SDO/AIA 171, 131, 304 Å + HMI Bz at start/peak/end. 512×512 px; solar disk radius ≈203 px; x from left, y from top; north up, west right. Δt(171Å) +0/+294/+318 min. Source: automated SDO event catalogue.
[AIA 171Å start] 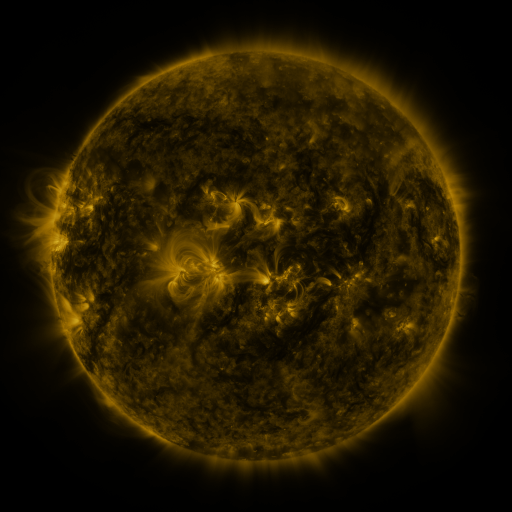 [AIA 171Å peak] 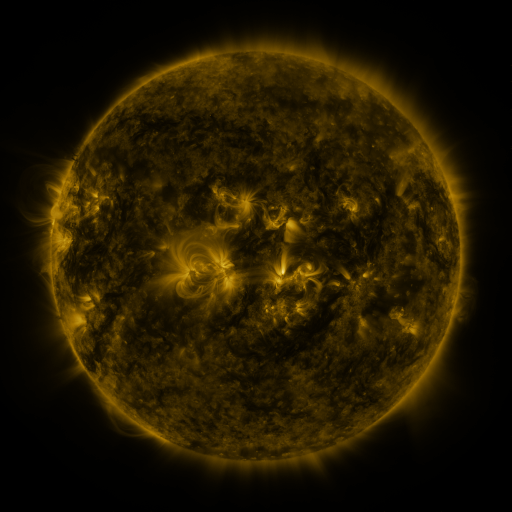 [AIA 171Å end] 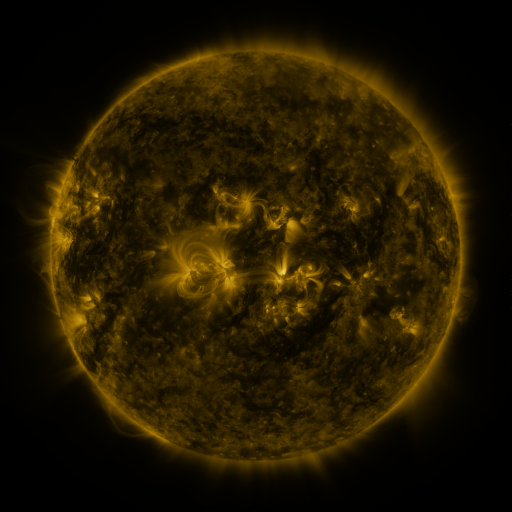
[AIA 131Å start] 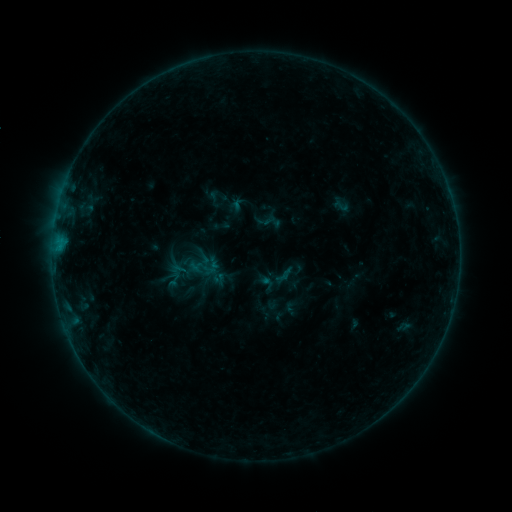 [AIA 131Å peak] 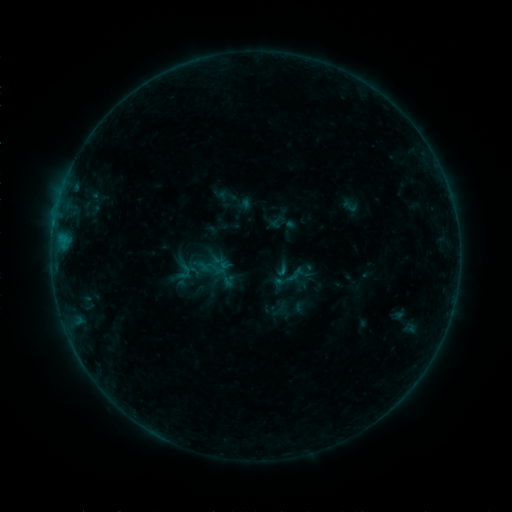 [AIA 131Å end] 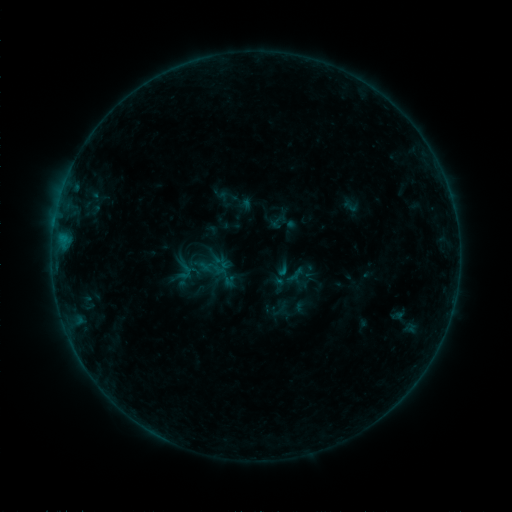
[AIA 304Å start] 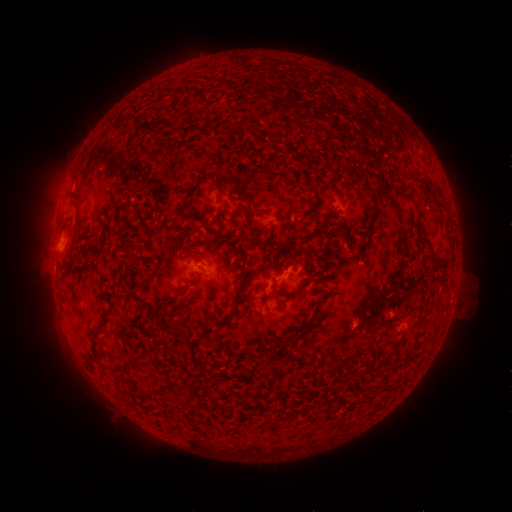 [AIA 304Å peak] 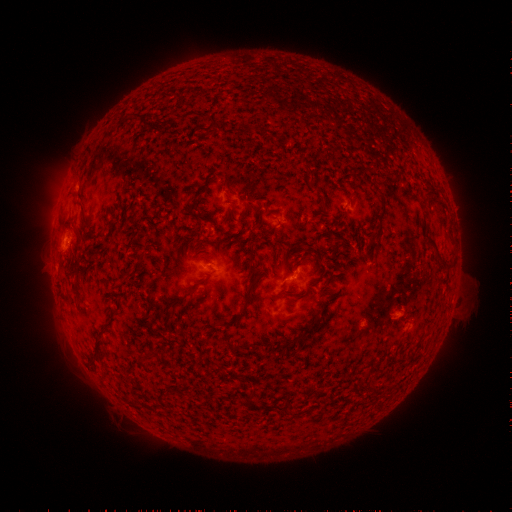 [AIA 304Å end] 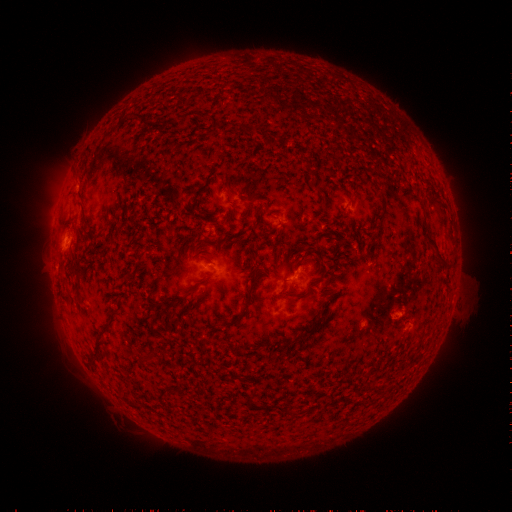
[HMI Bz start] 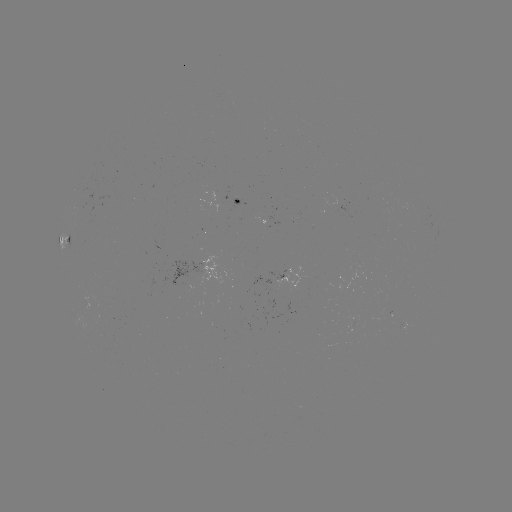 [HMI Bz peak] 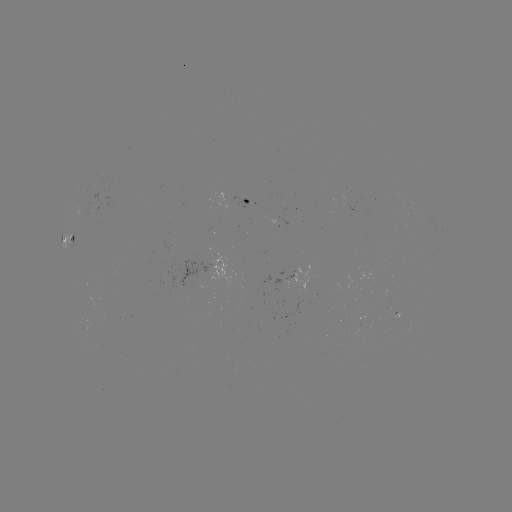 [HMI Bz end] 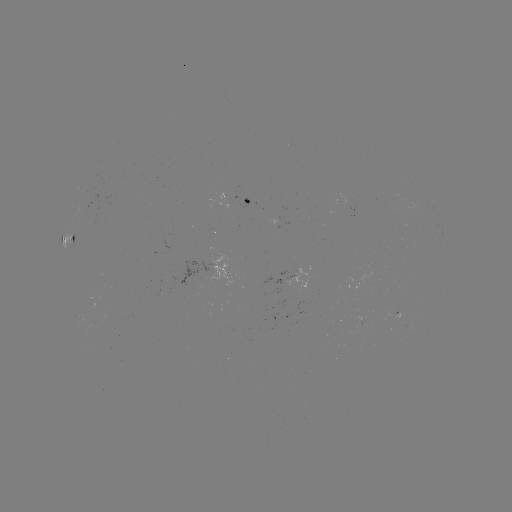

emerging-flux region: (259, 251, 269, 255)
